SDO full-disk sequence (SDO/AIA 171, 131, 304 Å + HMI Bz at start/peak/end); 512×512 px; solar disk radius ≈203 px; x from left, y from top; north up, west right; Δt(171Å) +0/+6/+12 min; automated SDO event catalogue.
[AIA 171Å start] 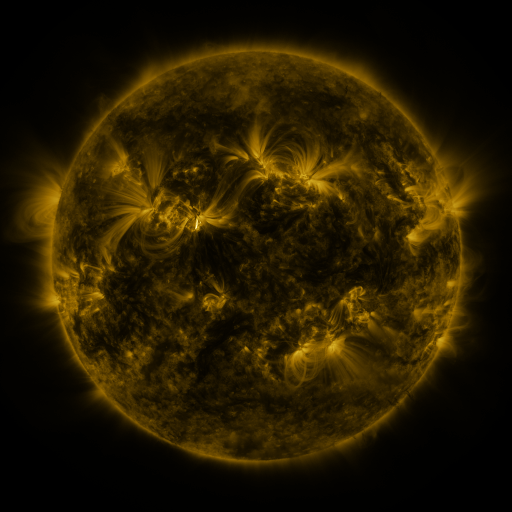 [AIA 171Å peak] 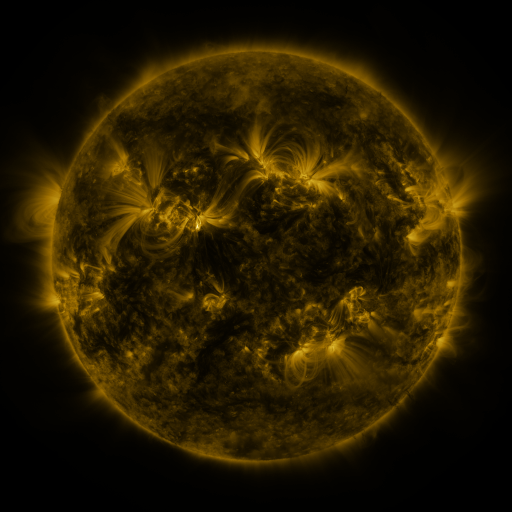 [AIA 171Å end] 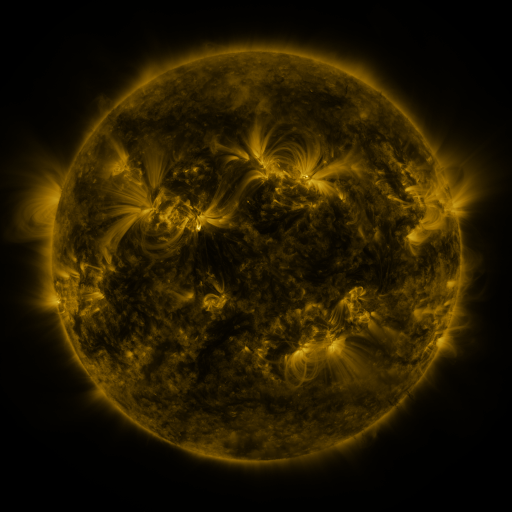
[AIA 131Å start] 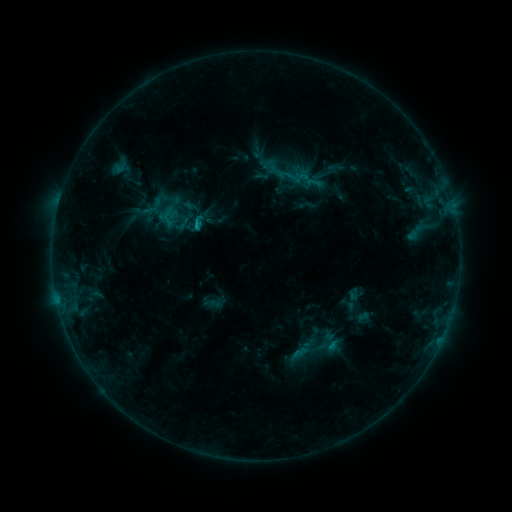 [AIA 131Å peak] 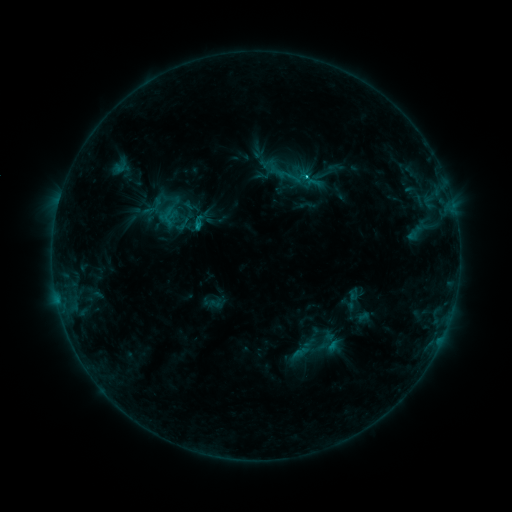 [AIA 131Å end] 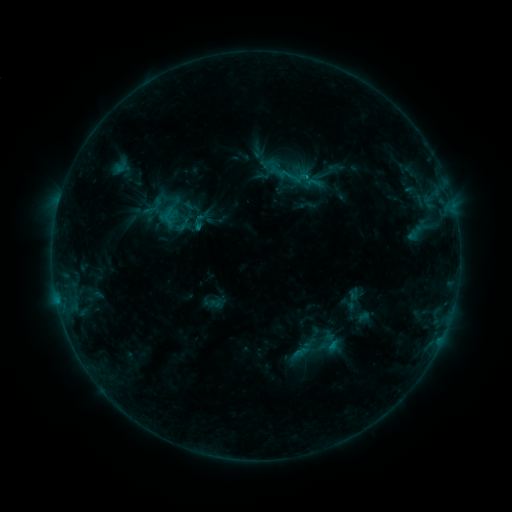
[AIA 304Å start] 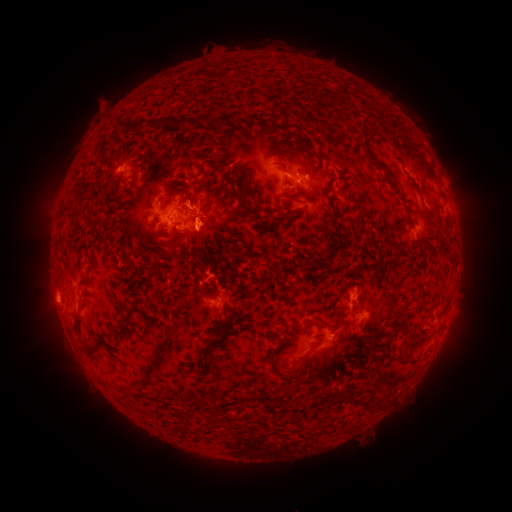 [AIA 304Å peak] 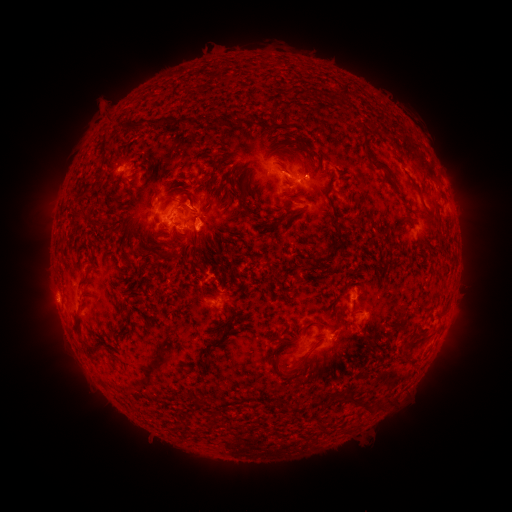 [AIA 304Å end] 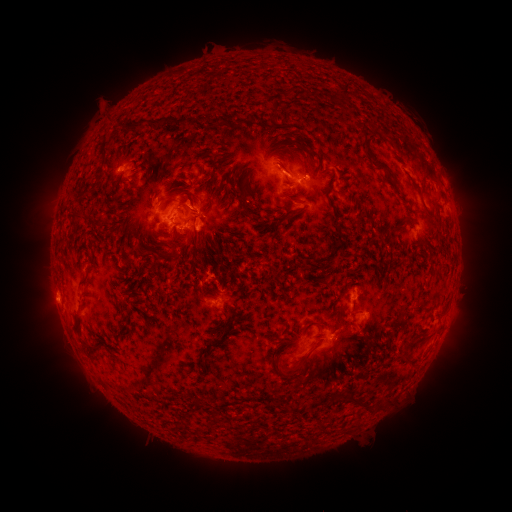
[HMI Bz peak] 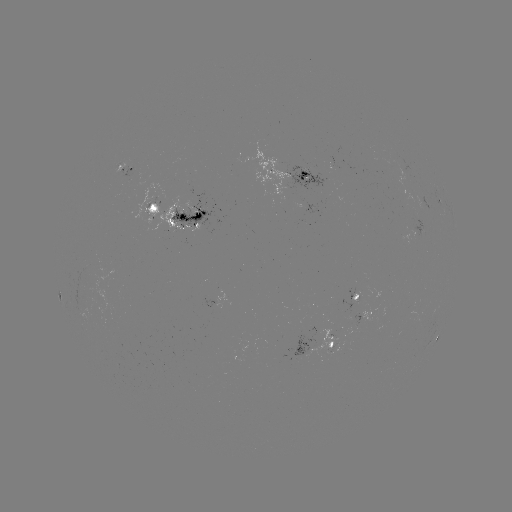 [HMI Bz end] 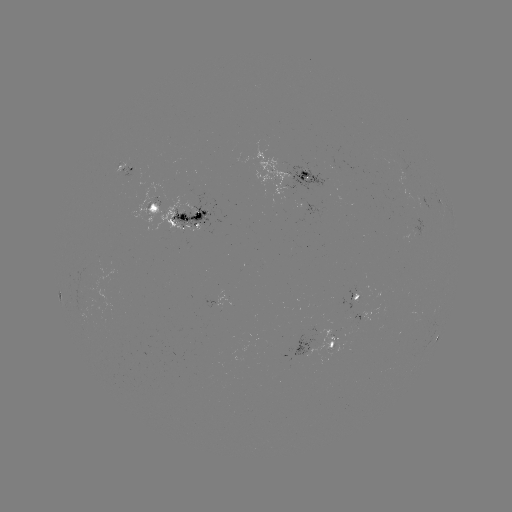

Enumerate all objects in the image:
C1.1 flare: (306, 178)
